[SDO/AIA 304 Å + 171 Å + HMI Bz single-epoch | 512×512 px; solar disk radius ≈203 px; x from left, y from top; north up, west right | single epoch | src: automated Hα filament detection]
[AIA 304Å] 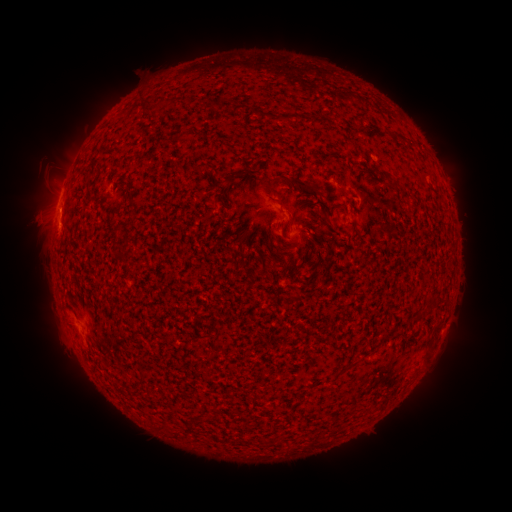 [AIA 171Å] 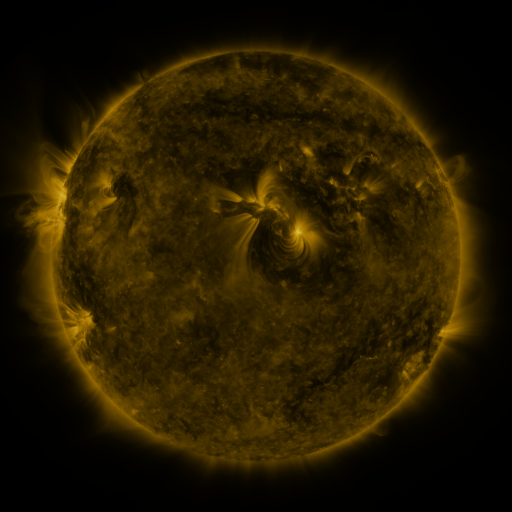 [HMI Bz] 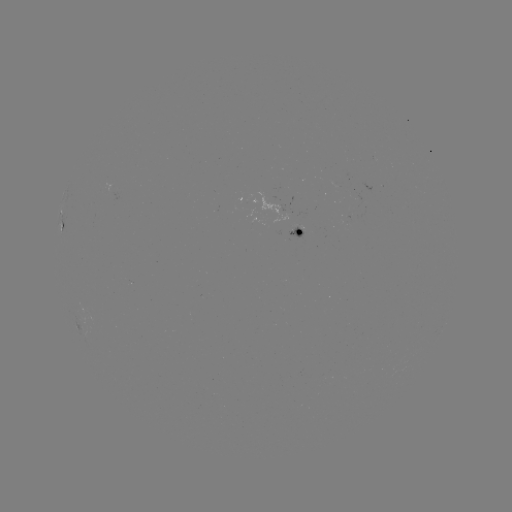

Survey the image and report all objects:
filament: (238, 108)
filament: (287, 119)
filament: (234, 176)
filament: (302, 184)
filament: (346, 195)
filament: (282, 207)
filament: (326, 218)
filament: (435, 334)
filament: (209, 354)
filament: (347, 367)
